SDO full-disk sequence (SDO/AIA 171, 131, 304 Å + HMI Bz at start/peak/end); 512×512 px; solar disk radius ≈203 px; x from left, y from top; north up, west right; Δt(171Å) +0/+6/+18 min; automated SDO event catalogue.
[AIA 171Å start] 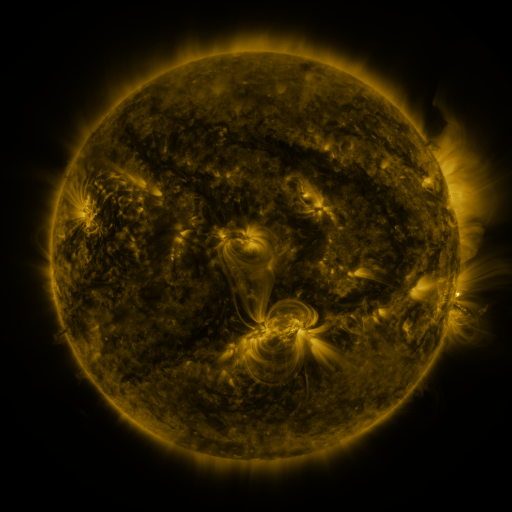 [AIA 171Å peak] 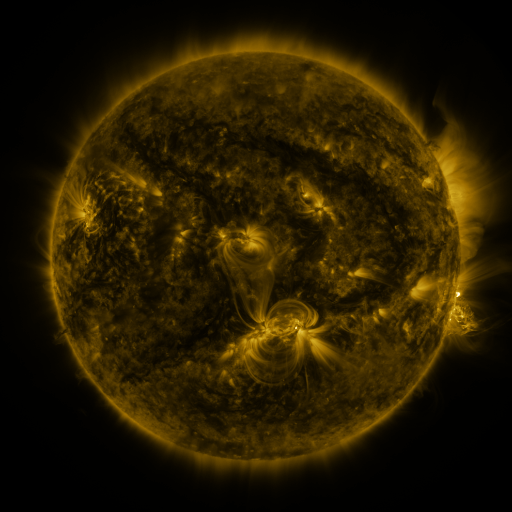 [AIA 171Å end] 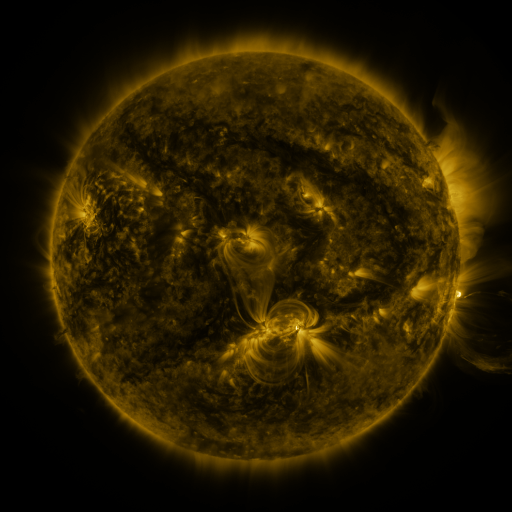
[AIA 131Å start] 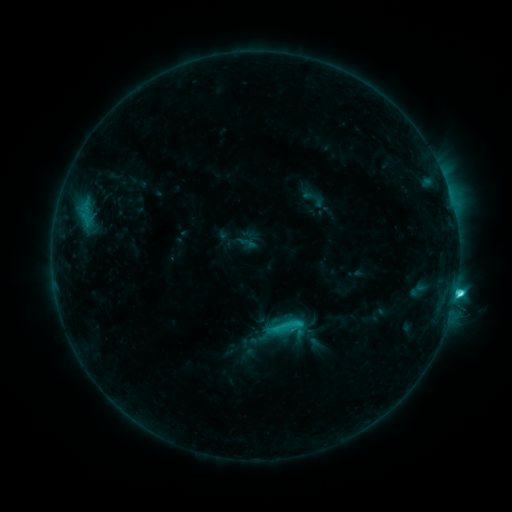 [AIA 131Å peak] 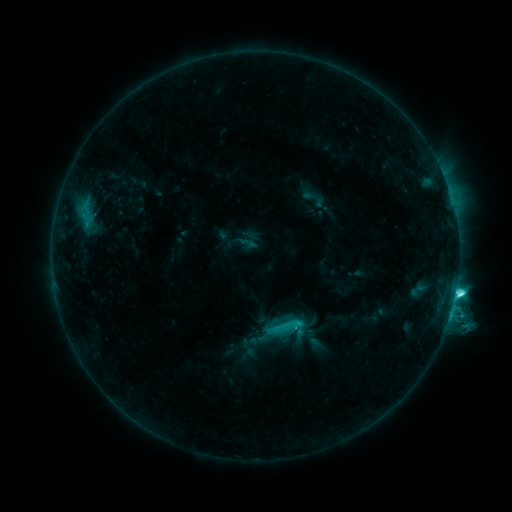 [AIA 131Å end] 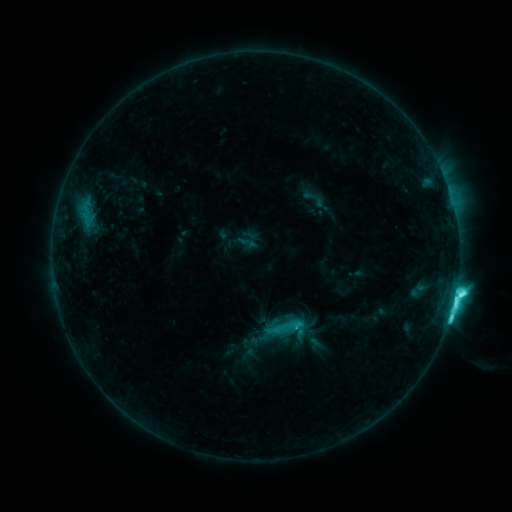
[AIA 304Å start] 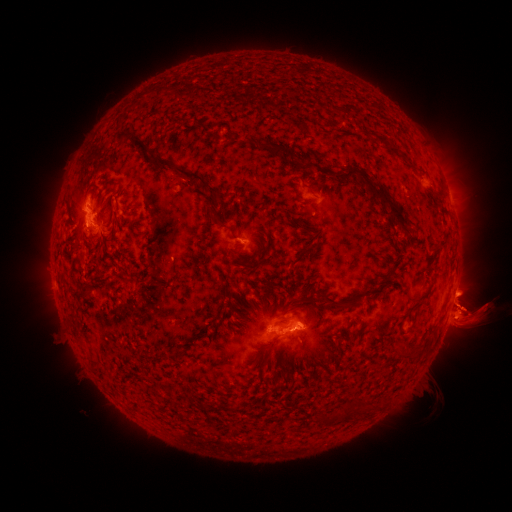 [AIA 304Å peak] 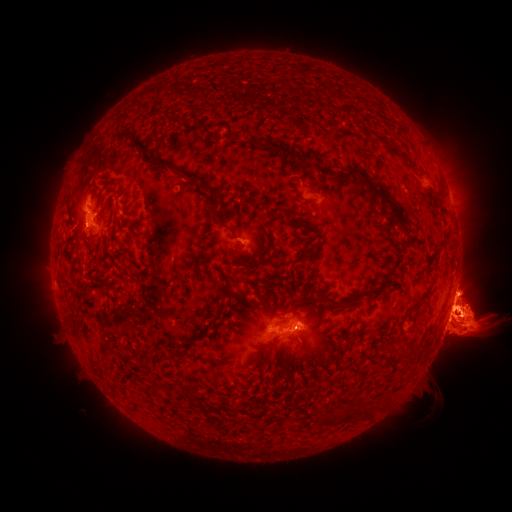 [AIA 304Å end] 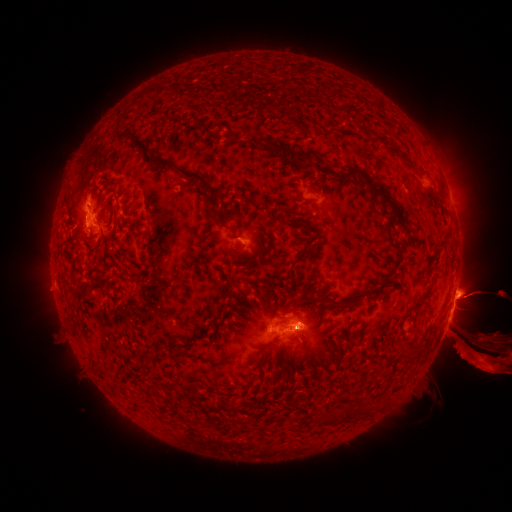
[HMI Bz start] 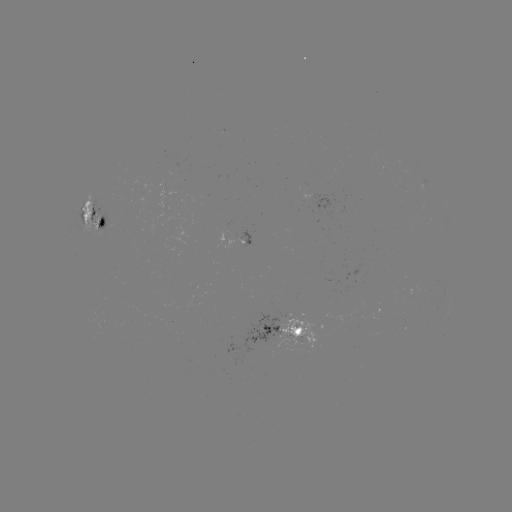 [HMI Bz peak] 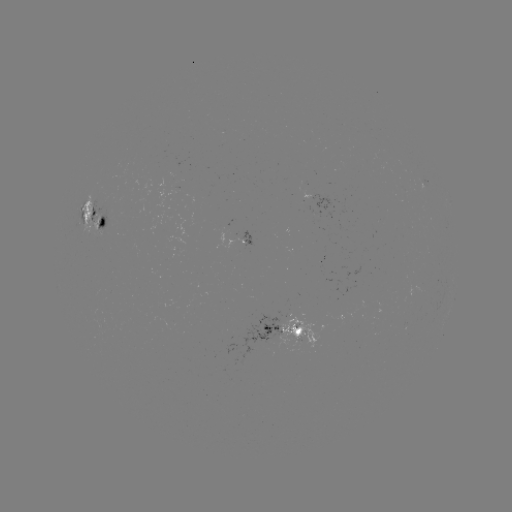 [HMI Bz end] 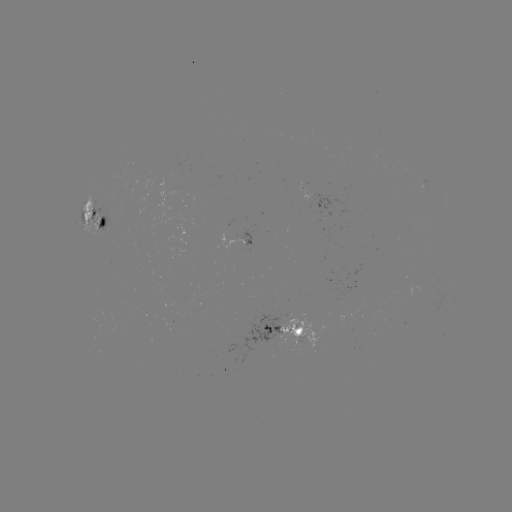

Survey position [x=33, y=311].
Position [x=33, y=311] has eruption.